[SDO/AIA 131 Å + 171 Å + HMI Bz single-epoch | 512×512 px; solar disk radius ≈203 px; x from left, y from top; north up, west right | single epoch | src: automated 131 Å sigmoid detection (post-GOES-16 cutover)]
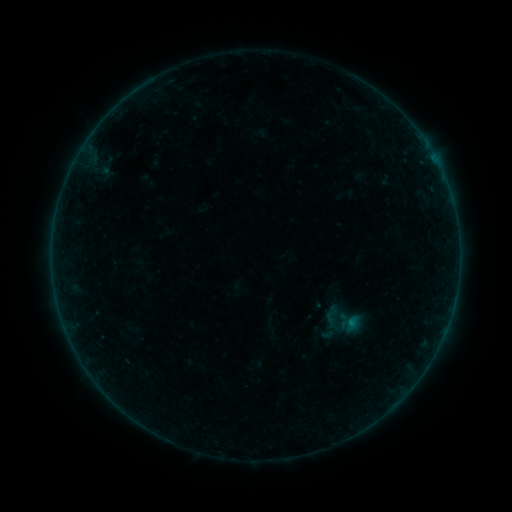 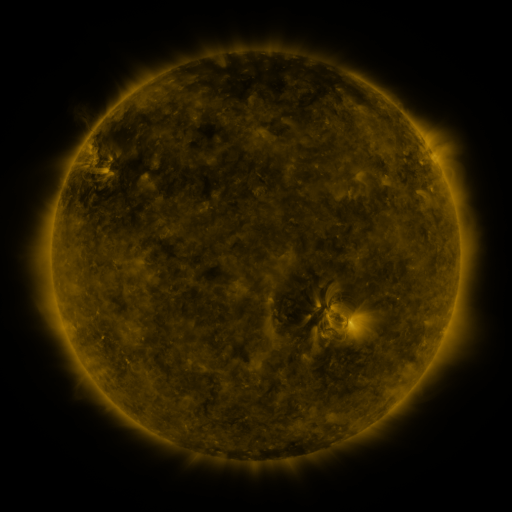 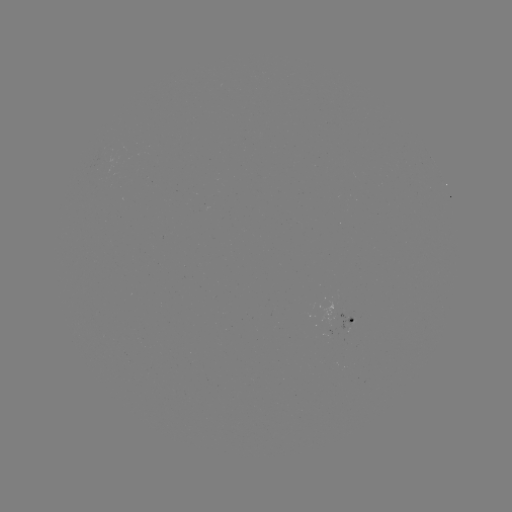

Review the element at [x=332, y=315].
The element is sigmoid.